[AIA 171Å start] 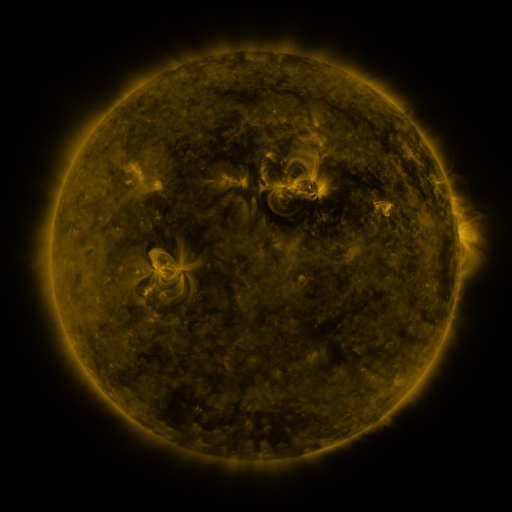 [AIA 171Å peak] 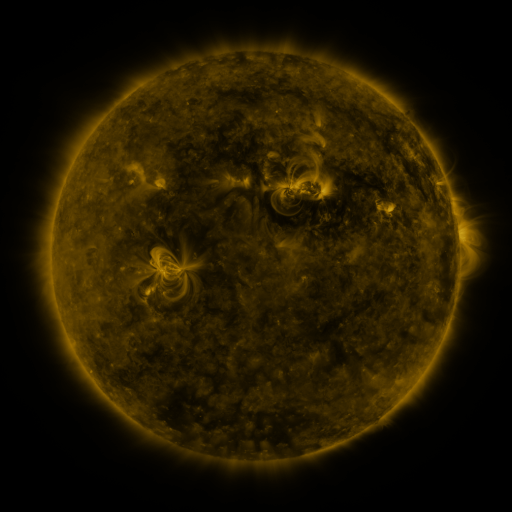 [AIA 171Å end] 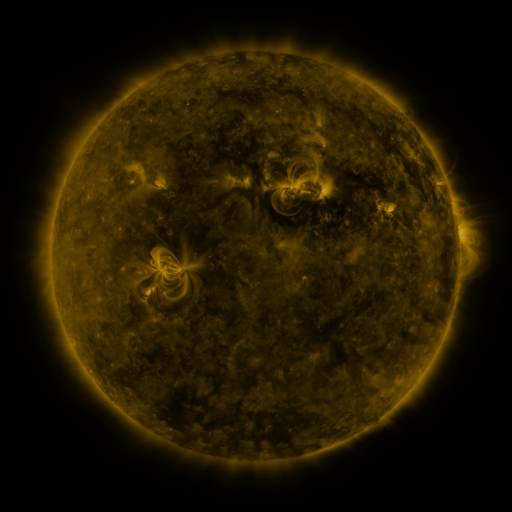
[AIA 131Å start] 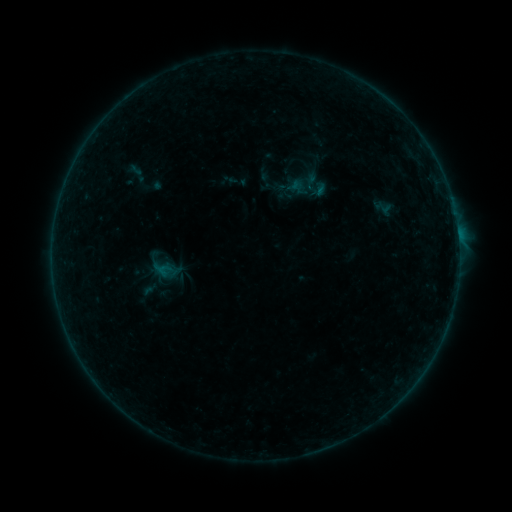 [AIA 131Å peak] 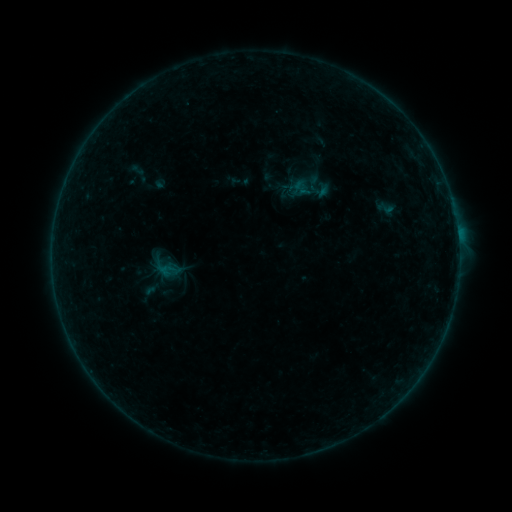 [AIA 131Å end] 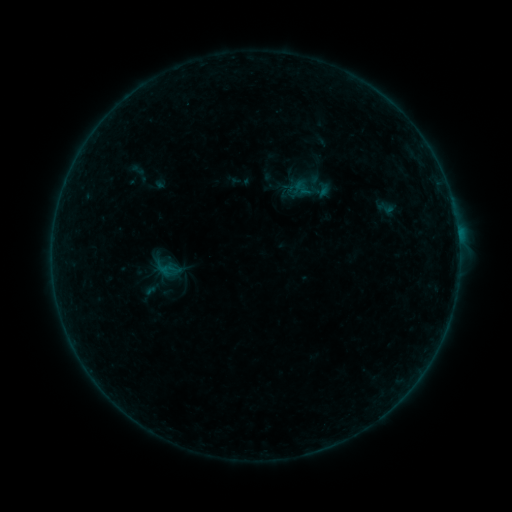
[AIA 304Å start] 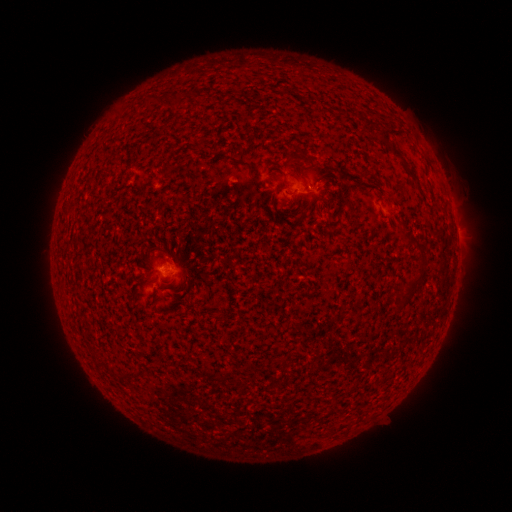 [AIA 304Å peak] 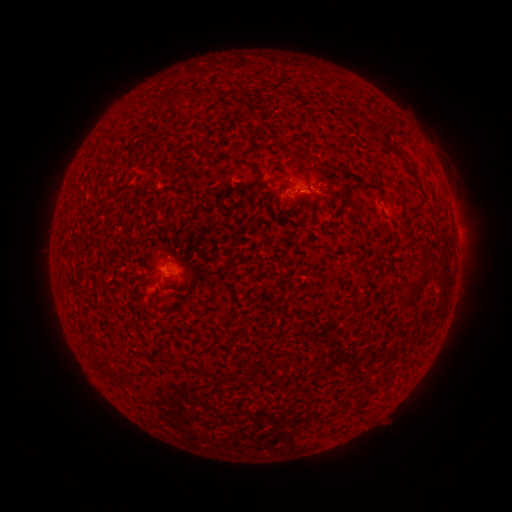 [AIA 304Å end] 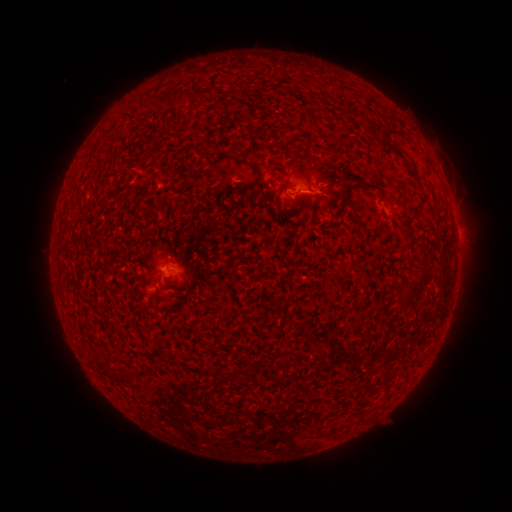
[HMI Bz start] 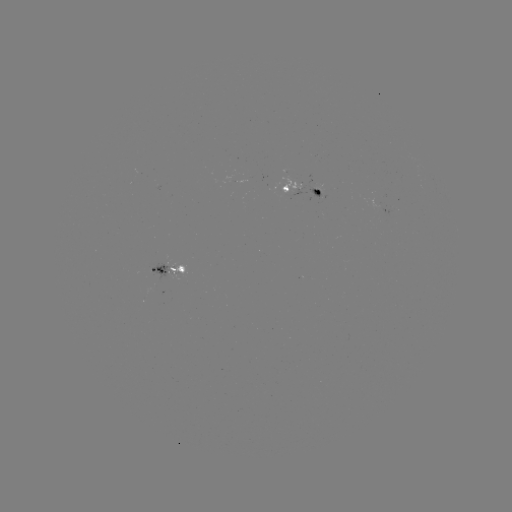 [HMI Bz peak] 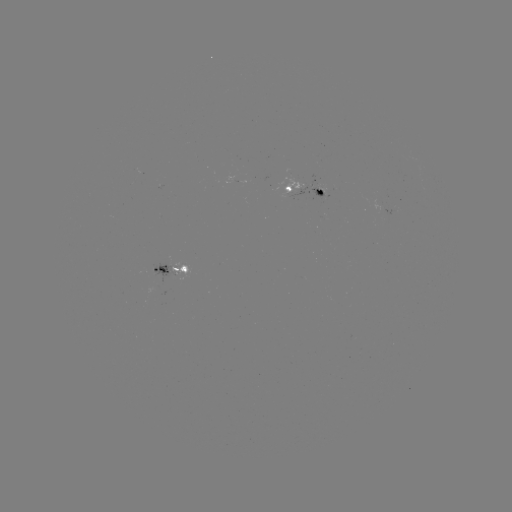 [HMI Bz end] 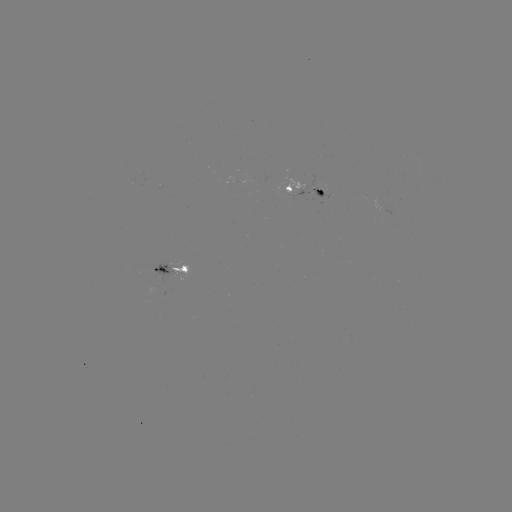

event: emerging-flux region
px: (157, 269)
